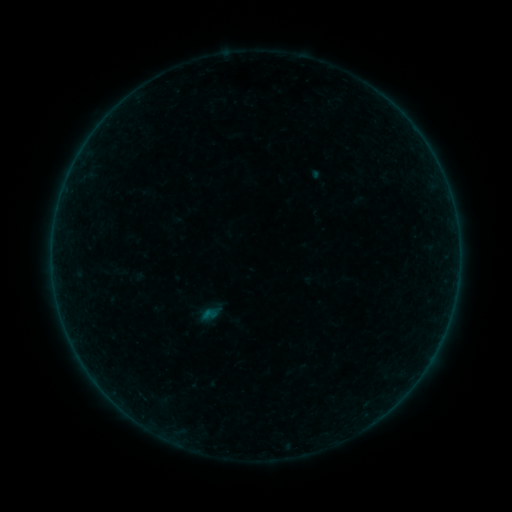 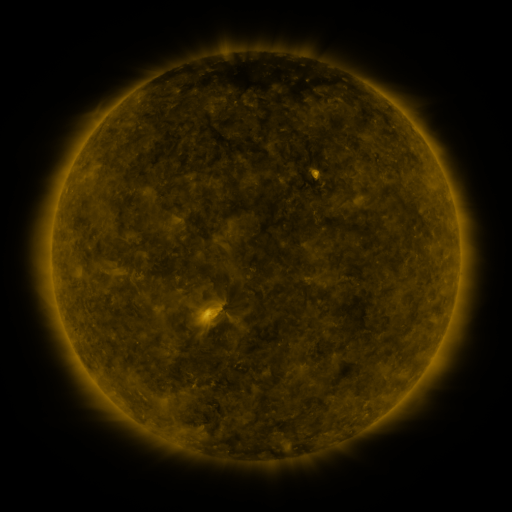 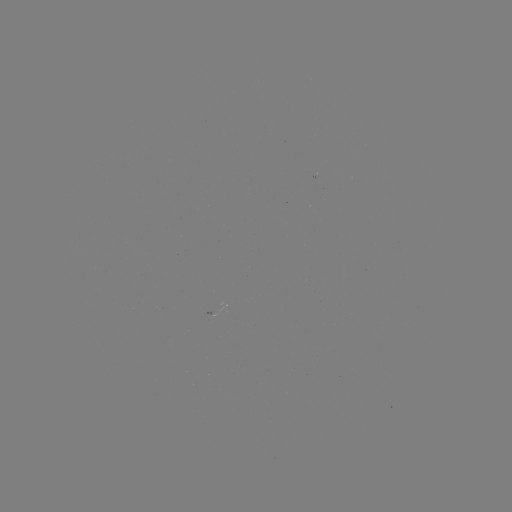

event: sigmoid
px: (209, 315)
